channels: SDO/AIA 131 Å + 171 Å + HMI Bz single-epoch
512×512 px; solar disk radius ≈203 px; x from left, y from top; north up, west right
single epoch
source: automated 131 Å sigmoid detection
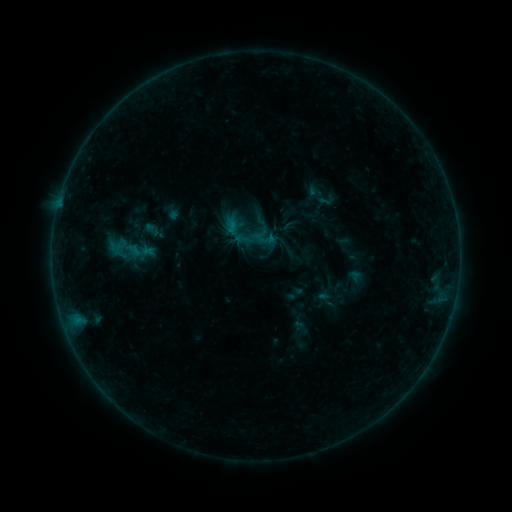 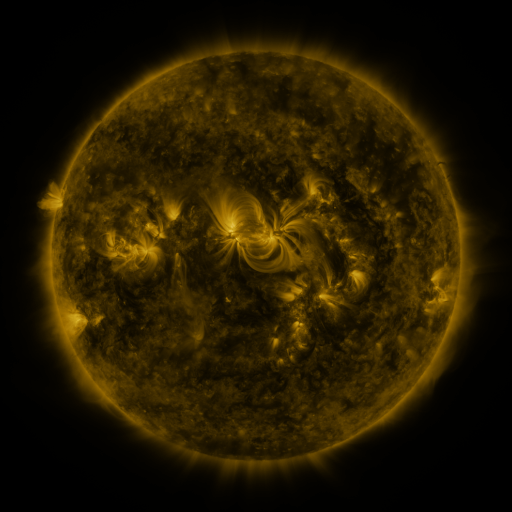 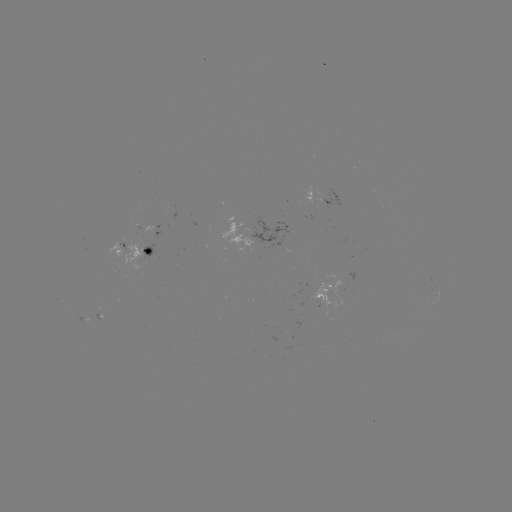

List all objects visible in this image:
sigmoid: <bbox>314, 190, 338, 209</bbox>
sigmoid: <bbox>109, 229, 147, 272</bbox>
